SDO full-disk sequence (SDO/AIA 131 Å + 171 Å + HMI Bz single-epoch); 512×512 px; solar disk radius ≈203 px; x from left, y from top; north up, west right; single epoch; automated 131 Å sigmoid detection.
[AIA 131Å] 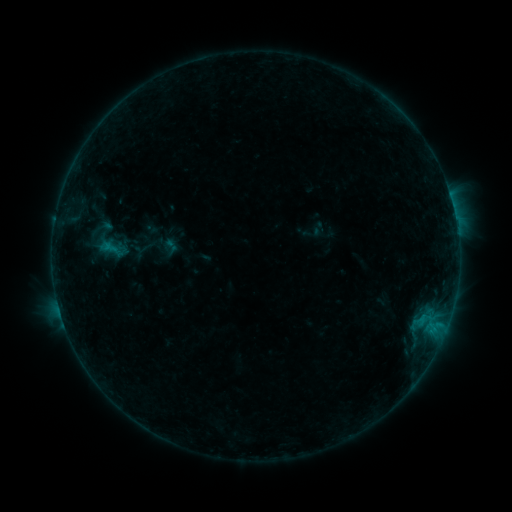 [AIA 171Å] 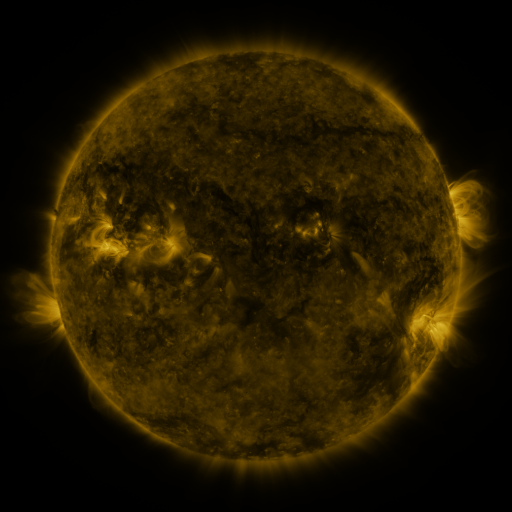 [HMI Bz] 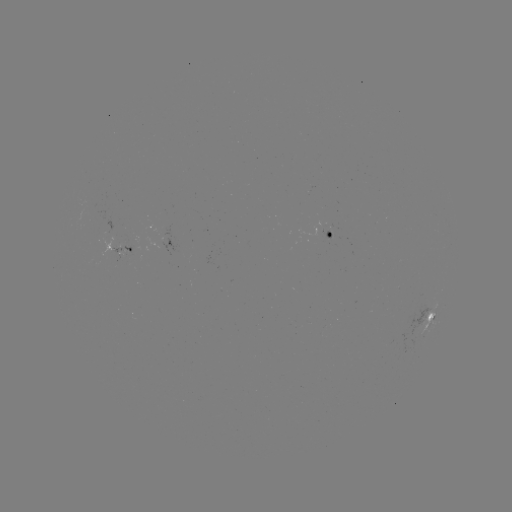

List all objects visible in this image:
sigmoid: (104, 240)
